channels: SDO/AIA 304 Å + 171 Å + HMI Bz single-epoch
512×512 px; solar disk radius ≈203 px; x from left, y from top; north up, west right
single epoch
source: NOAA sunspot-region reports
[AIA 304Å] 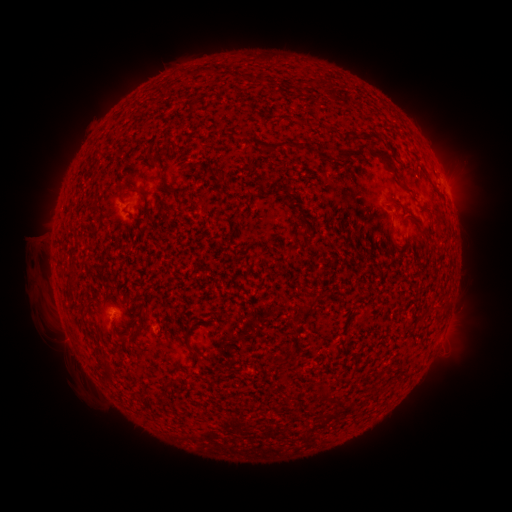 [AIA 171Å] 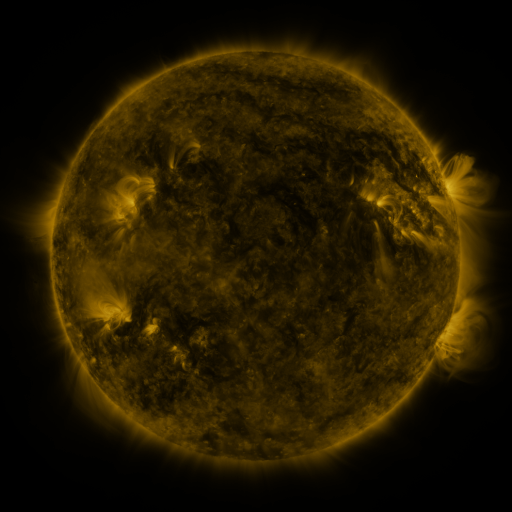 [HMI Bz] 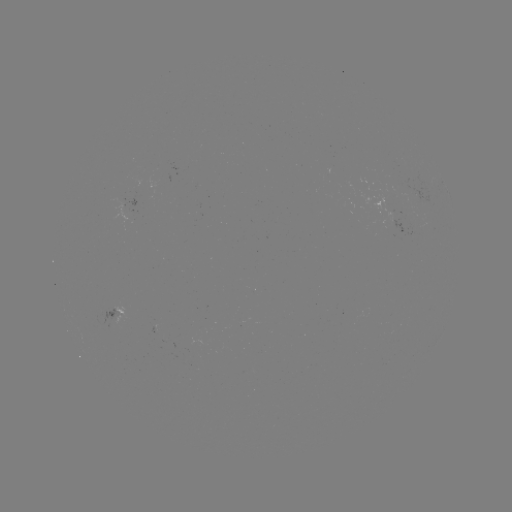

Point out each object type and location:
spotted active region: (400, 225)
spotted active region: (122, 313)
spotted active region: (446, 325)
